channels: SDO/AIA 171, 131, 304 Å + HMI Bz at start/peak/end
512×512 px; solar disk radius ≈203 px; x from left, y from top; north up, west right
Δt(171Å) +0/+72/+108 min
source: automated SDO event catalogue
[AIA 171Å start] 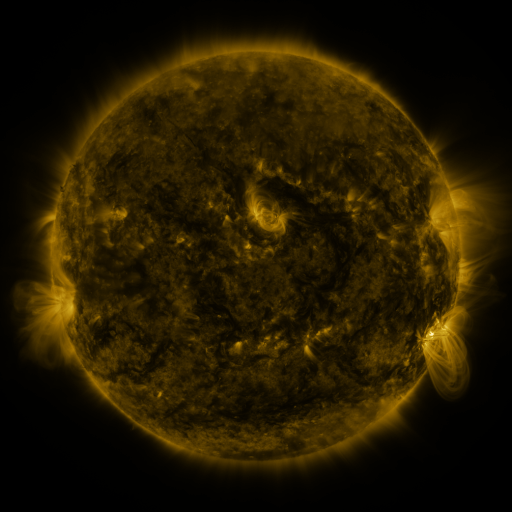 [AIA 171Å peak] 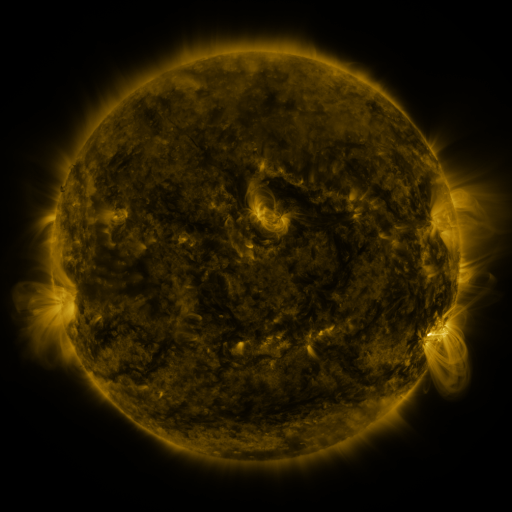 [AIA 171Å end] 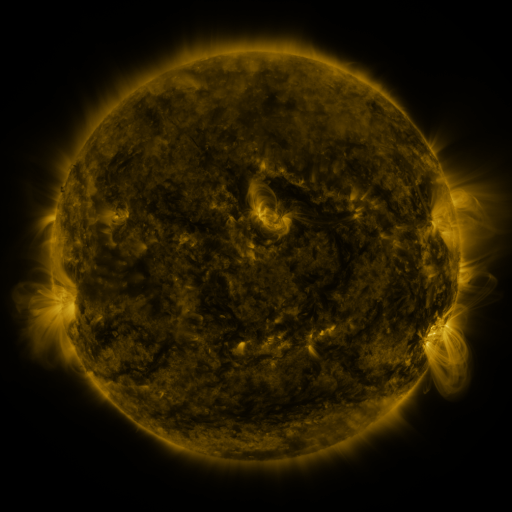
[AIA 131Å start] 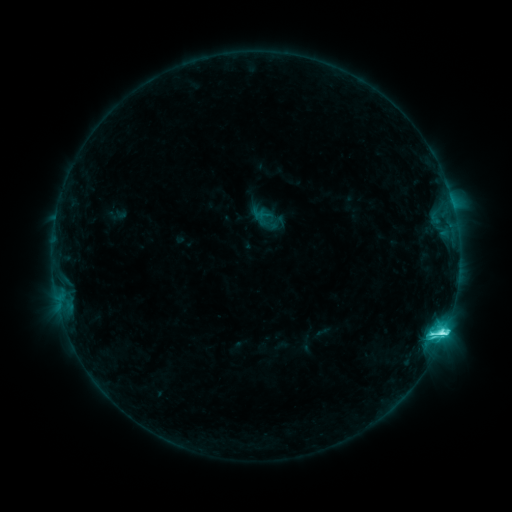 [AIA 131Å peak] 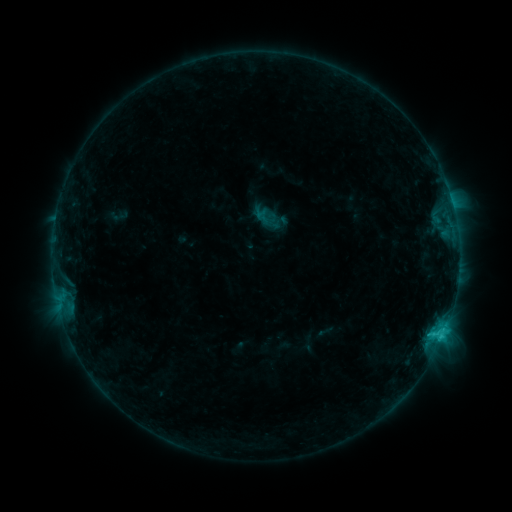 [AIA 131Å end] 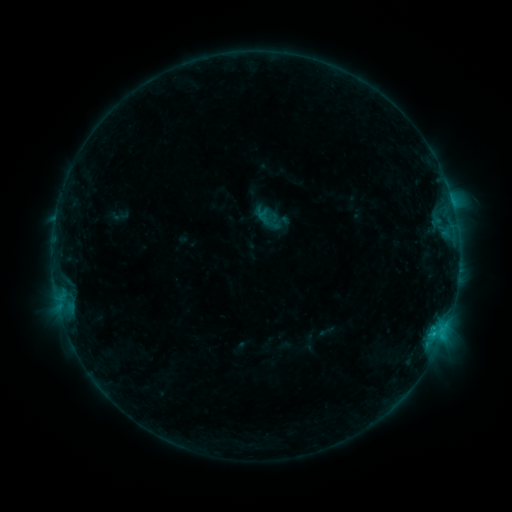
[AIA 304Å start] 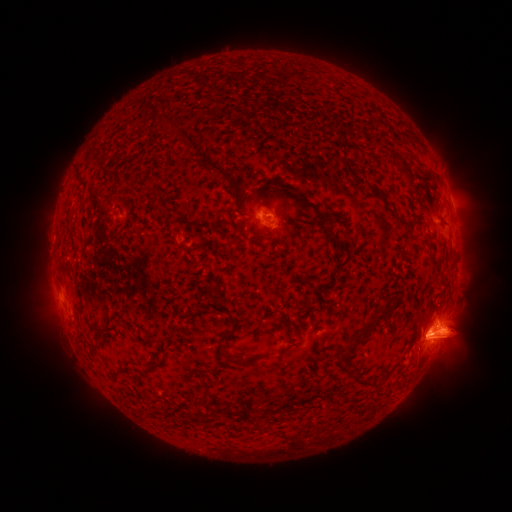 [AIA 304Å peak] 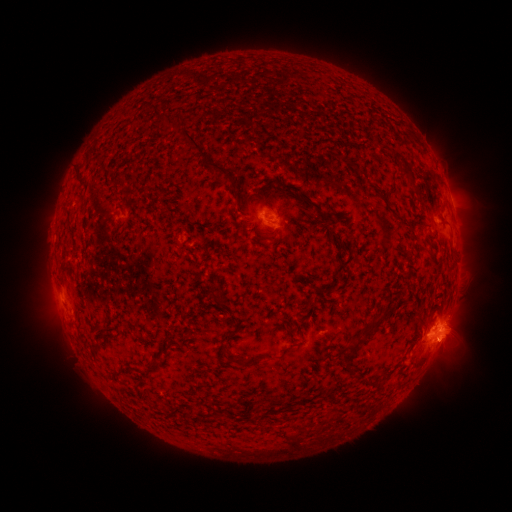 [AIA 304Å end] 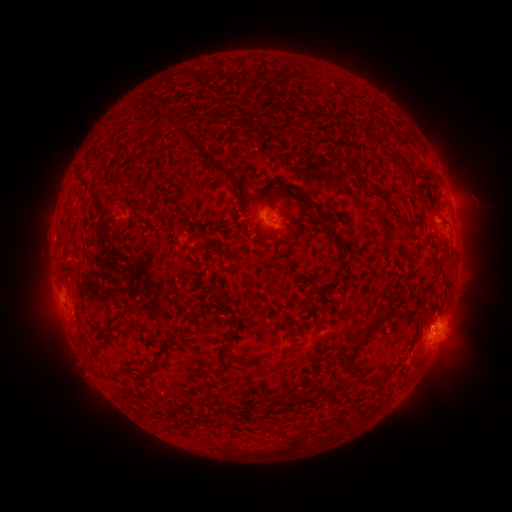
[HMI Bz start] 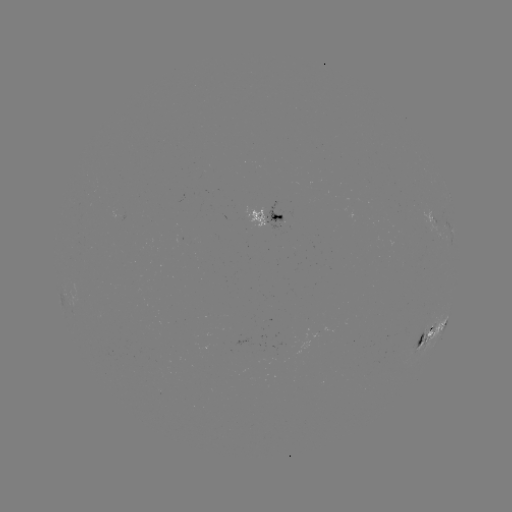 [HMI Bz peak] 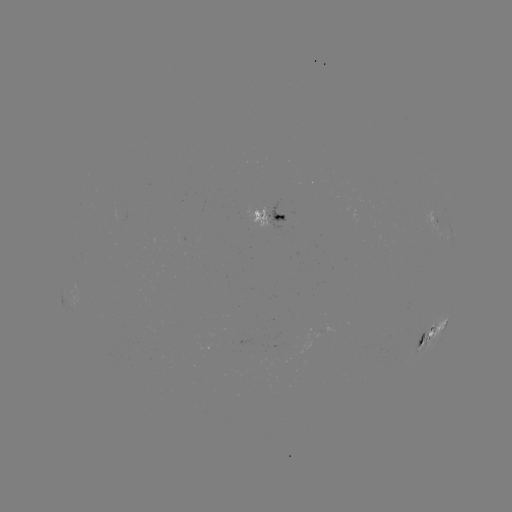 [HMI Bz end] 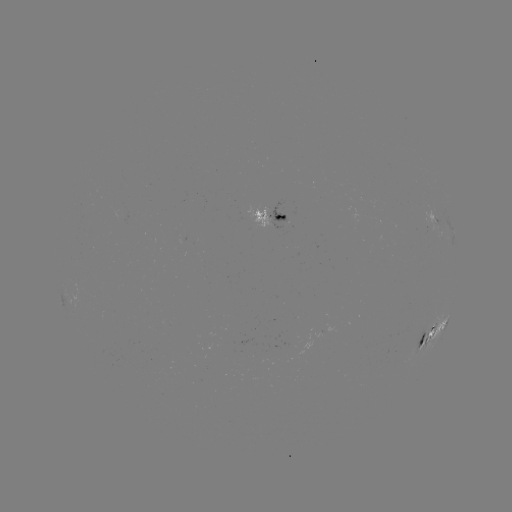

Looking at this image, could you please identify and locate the emerging-flux region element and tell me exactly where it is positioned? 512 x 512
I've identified emerging-flux region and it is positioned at (274, 352).